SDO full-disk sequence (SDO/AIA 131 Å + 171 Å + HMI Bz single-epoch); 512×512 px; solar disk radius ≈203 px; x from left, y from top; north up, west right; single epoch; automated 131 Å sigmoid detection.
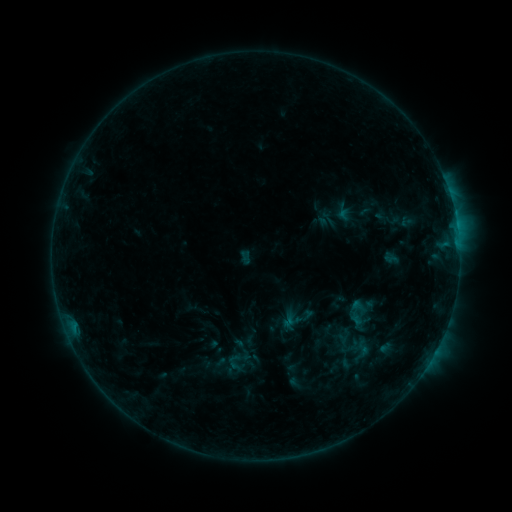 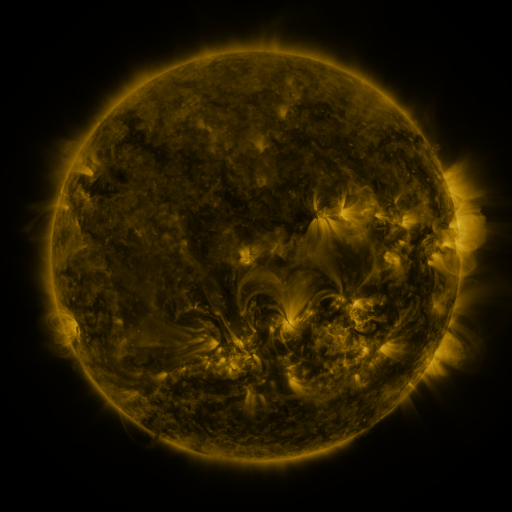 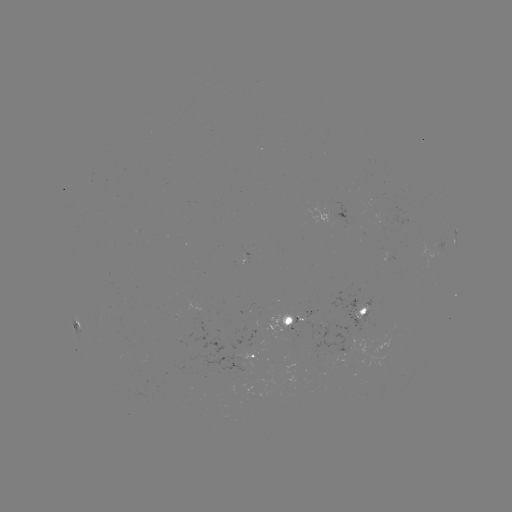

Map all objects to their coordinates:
sigmoid: [354, 339, 371, 356]
